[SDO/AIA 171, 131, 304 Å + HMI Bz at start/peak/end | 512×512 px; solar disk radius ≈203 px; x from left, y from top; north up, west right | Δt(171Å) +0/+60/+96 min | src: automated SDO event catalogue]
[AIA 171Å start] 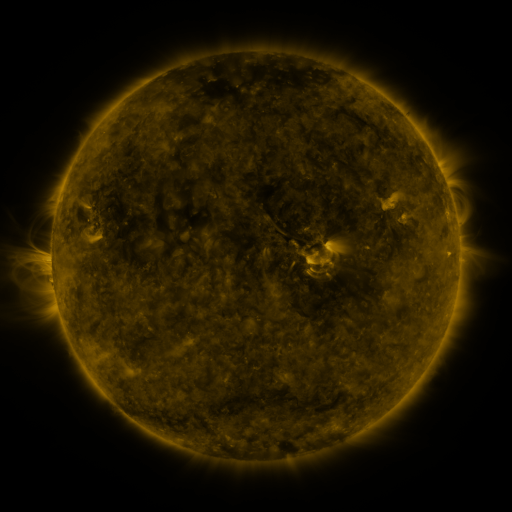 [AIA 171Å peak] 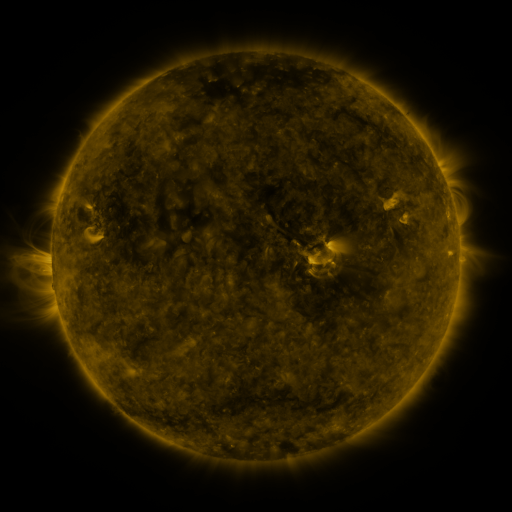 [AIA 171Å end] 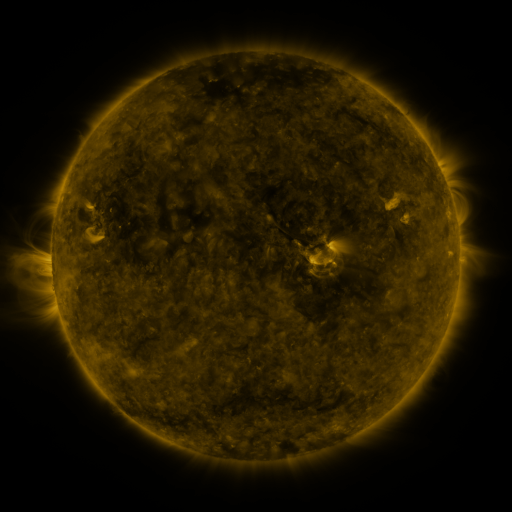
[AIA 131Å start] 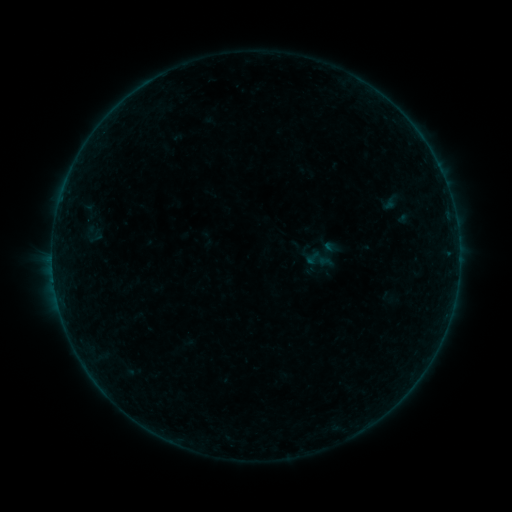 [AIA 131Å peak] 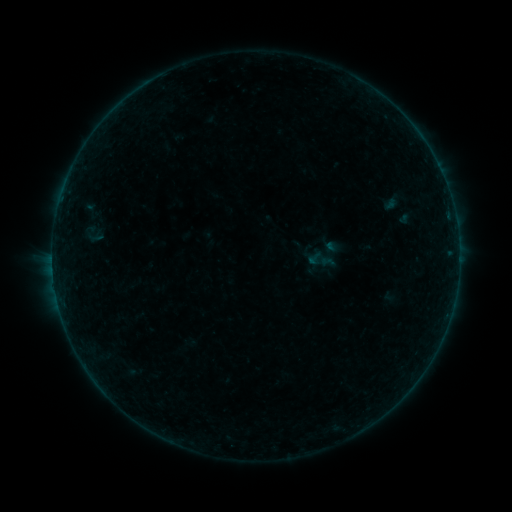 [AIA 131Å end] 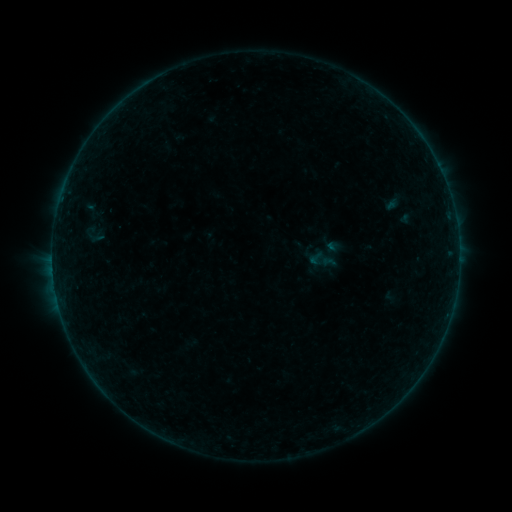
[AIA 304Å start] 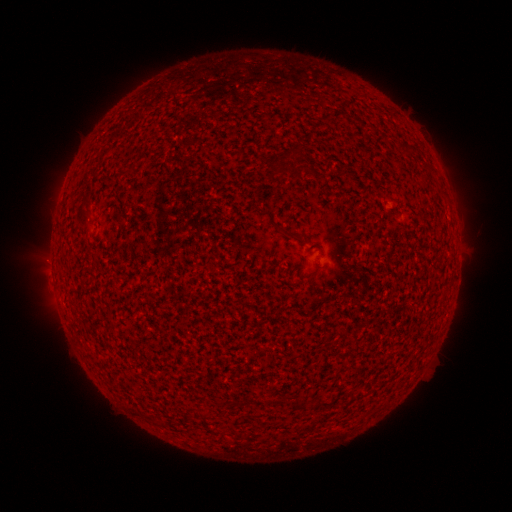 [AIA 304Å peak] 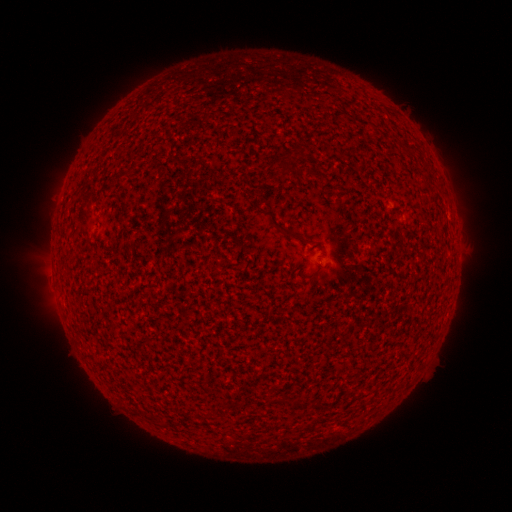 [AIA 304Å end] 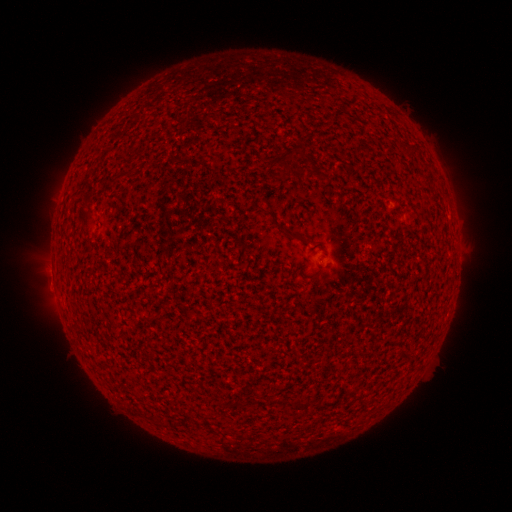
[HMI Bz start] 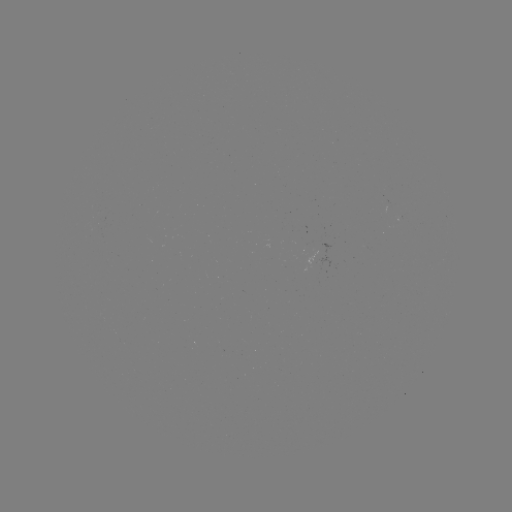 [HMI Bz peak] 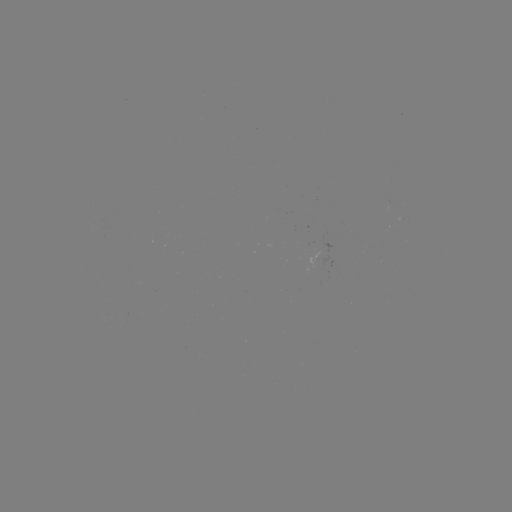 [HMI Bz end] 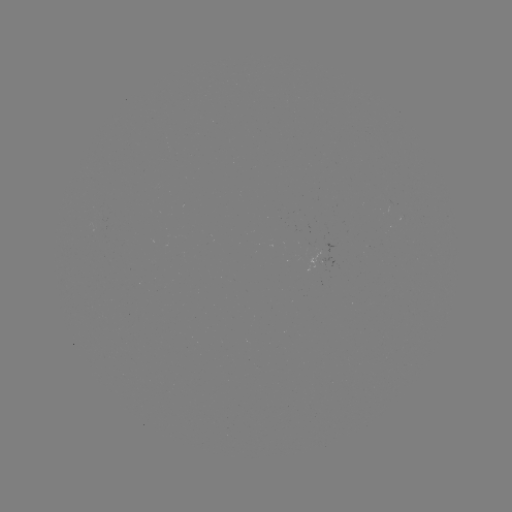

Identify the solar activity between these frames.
emerging-flux region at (324, 261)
